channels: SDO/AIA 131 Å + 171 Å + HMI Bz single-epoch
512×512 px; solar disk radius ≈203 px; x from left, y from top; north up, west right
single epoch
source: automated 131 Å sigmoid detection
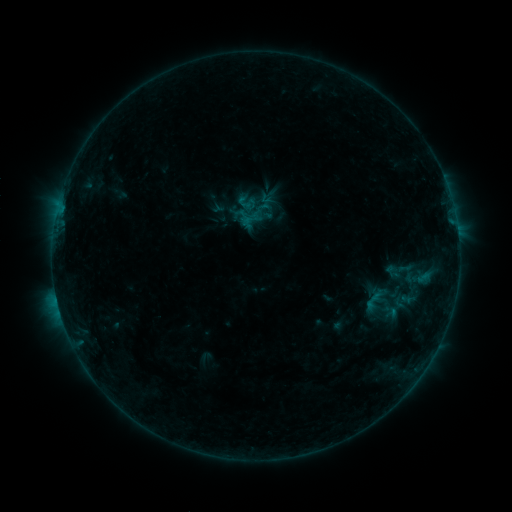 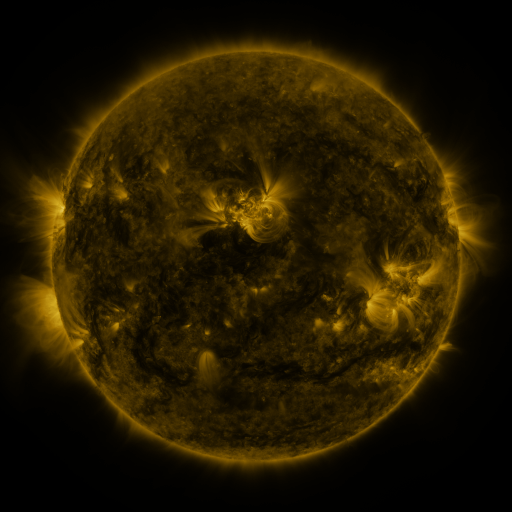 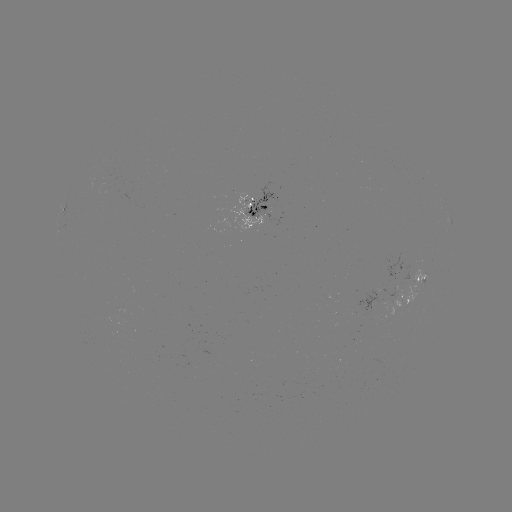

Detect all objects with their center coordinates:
sigmoid: (265, 197)
sigmoid: (383, 304)
